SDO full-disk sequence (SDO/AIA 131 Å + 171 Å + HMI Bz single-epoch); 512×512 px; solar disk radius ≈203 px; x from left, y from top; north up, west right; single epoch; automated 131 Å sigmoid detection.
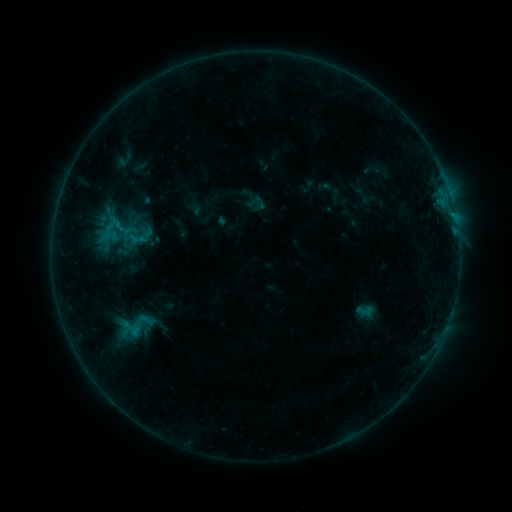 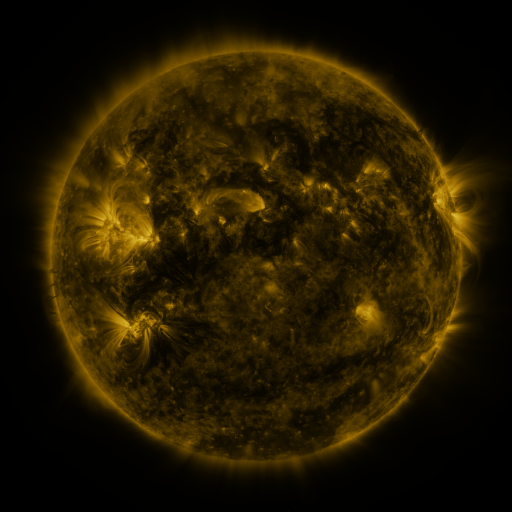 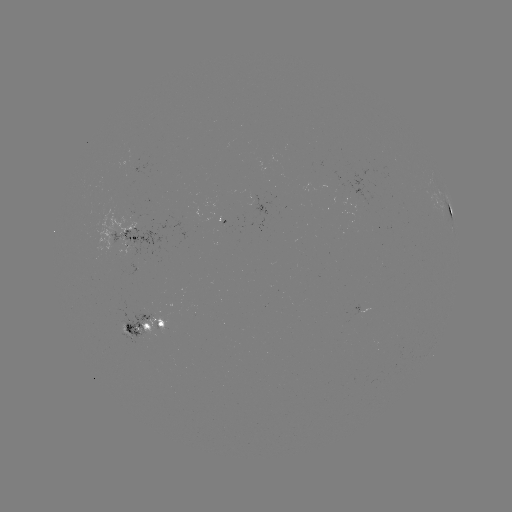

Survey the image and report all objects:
sigmoid: <bbox>251, 195, 269, 213</bbox>
sigmoid: <bbox>113, 217, 135, 240</bbox>
